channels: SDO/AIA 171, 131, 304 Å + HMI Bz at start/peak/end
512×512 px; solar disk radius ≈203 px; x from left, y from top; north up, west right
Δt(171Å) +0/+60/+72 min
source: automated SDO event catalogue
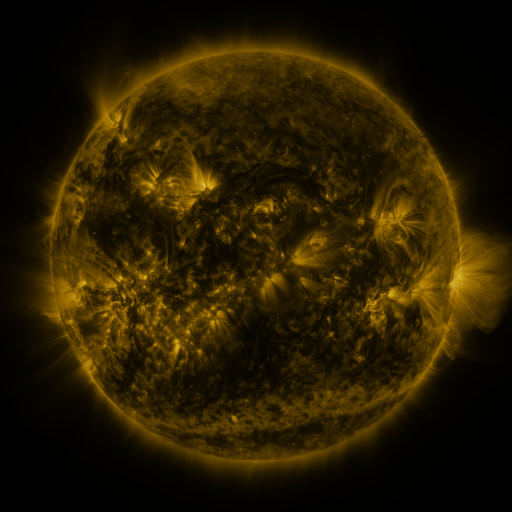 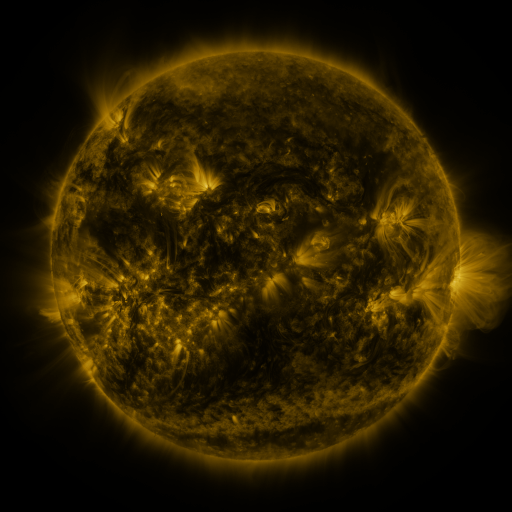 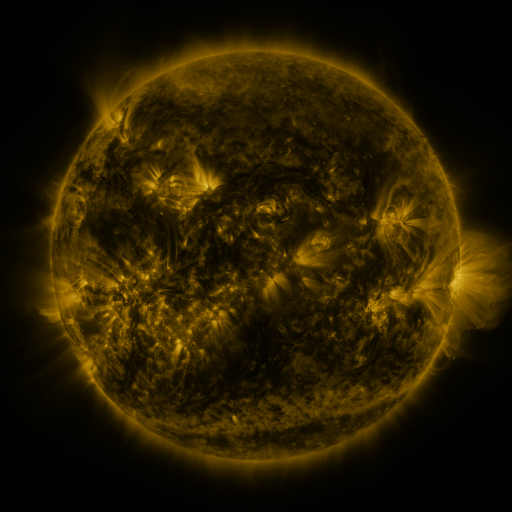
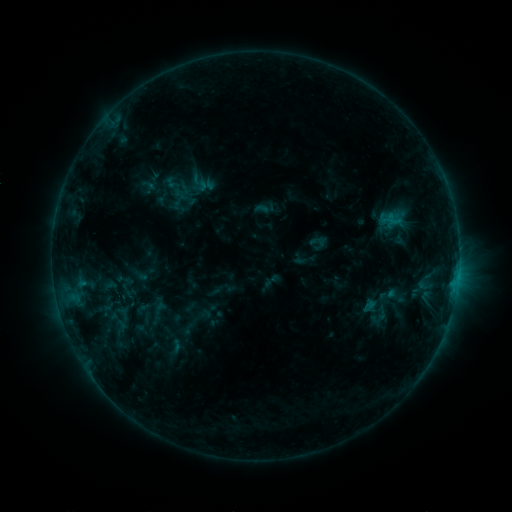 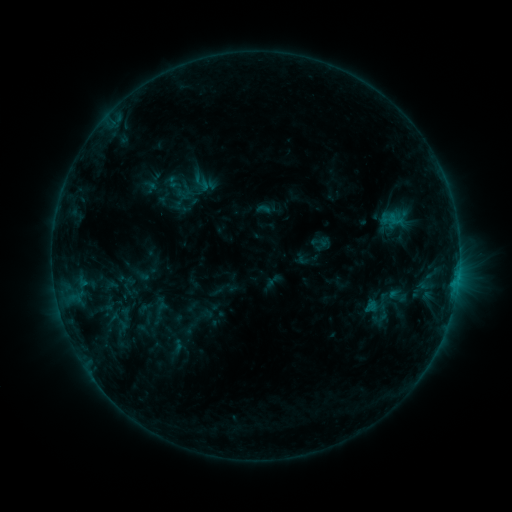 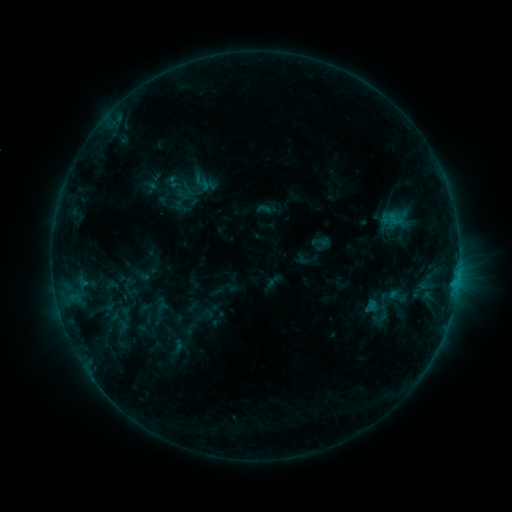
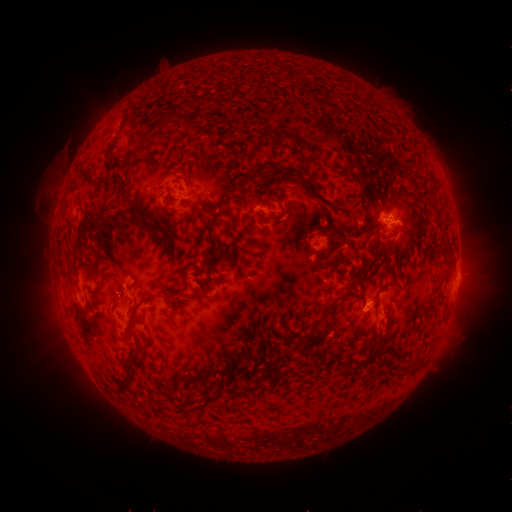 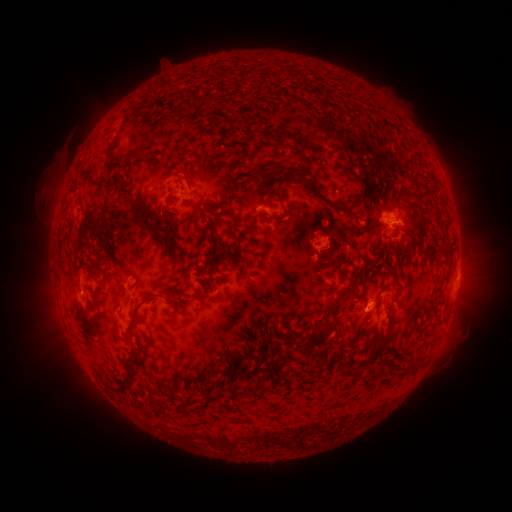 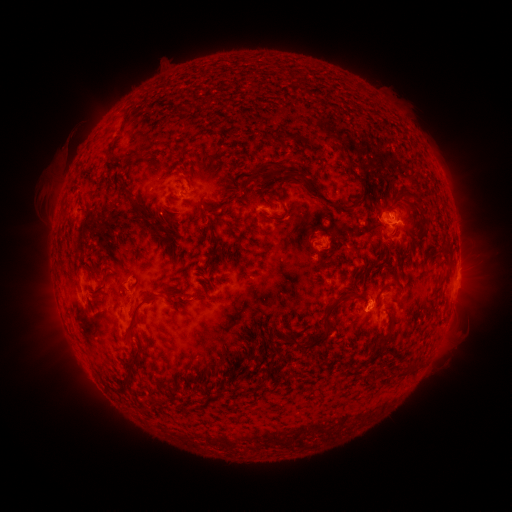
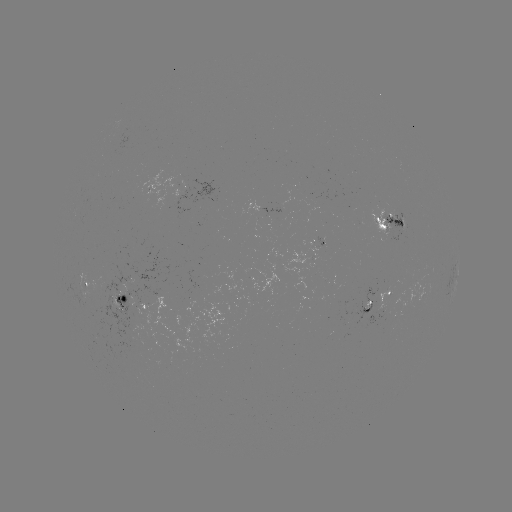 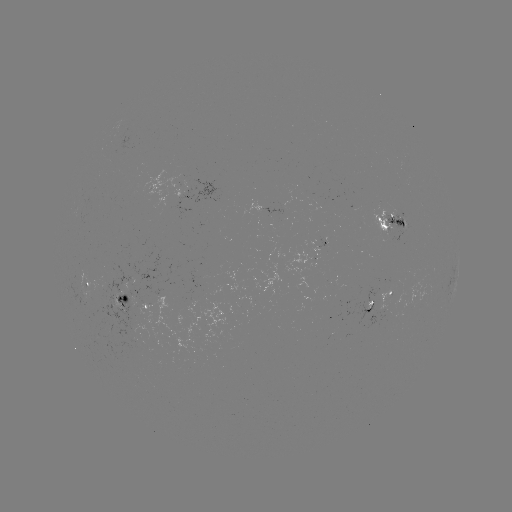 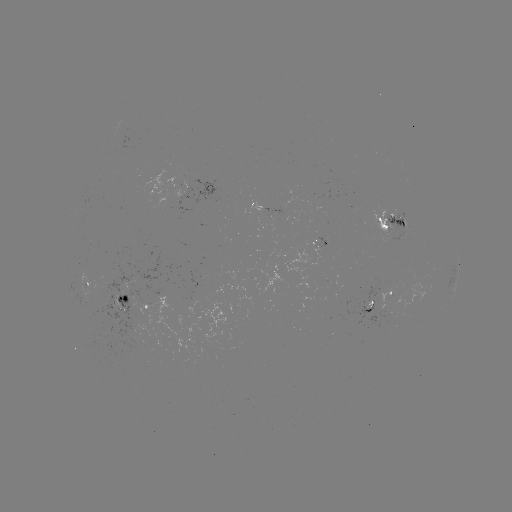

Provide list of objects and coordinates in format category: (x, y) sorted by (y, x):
emerging-flux region: (403, 230)
